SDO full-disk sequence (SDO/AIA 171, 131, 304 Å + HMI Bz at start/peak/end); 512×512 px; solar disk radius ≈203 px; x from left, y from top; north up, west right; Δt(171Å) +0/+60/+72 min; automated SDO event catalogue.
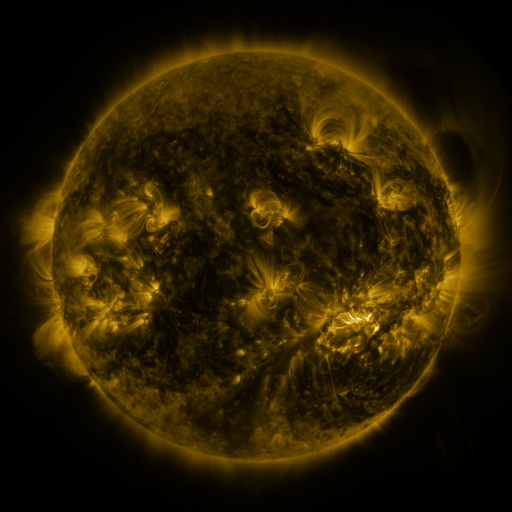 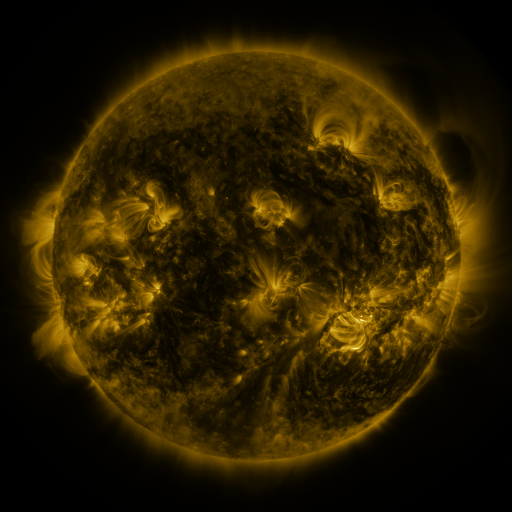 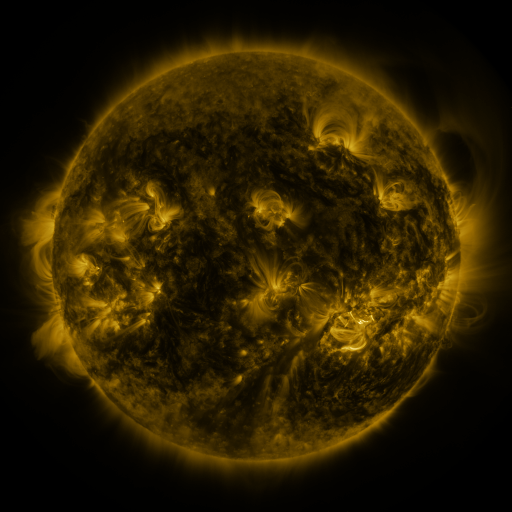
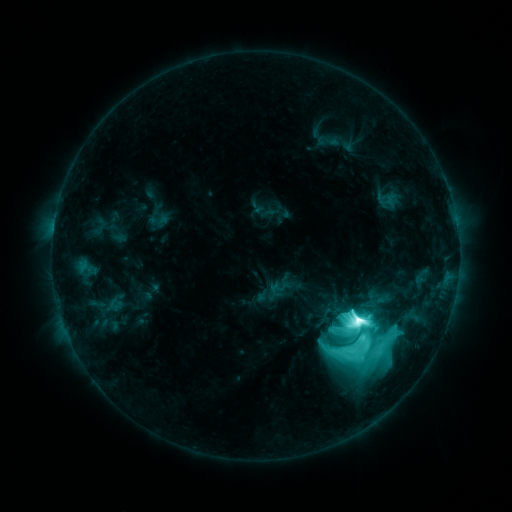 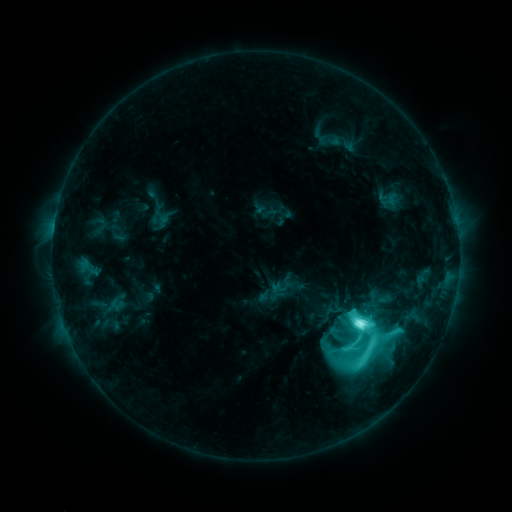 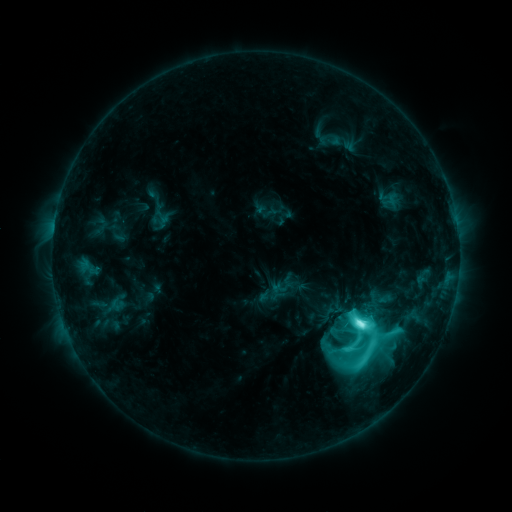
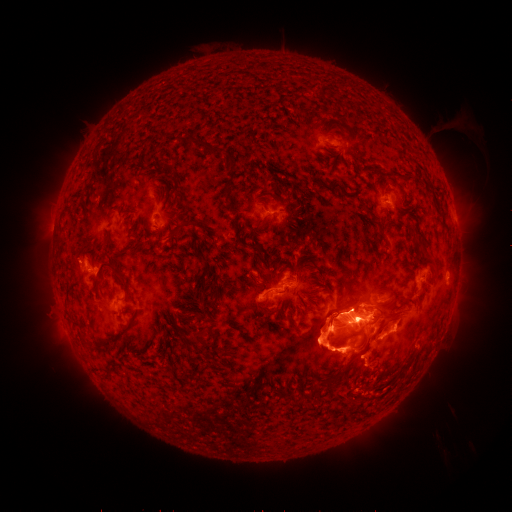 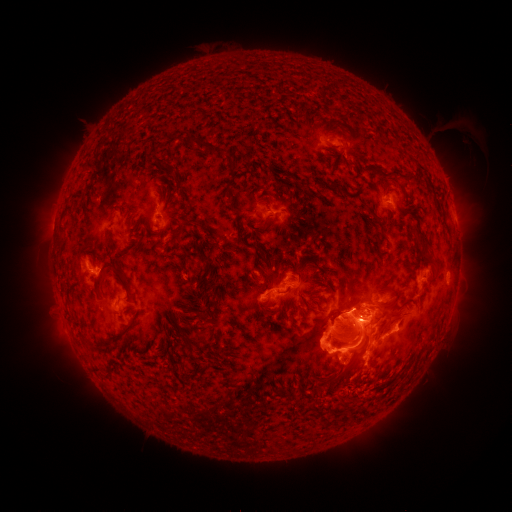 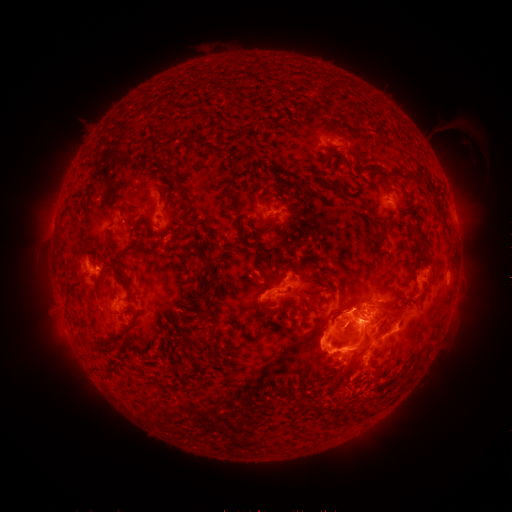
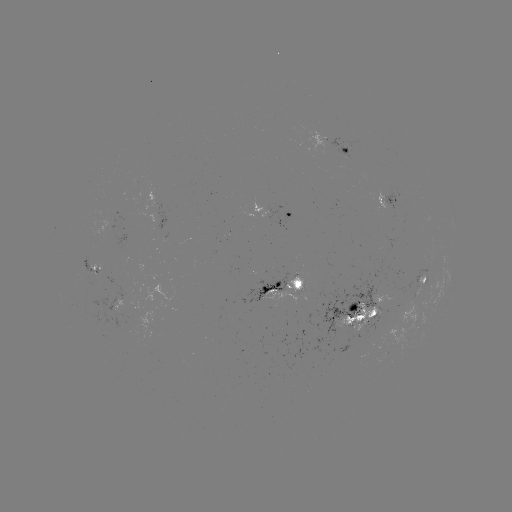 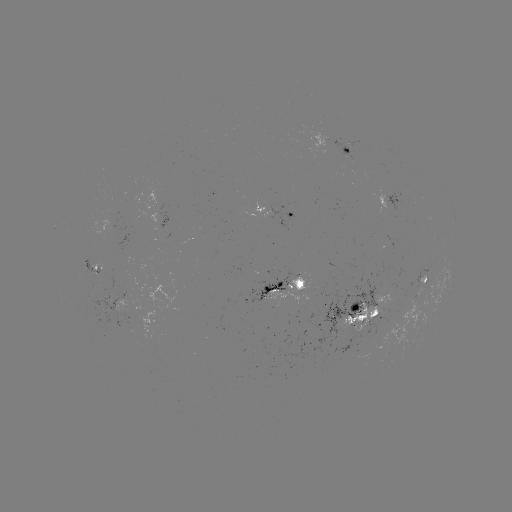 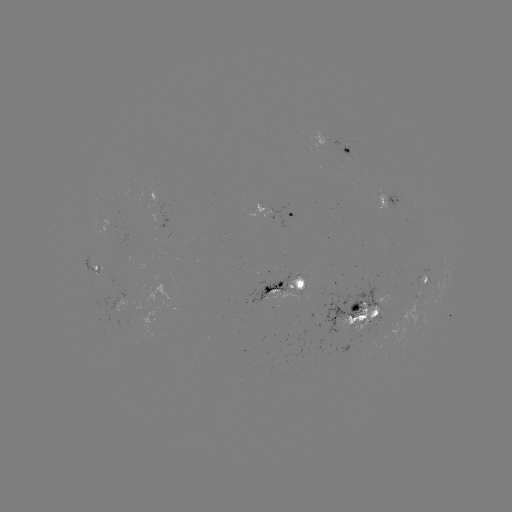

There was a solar emerging-flux region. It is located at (390, 300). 